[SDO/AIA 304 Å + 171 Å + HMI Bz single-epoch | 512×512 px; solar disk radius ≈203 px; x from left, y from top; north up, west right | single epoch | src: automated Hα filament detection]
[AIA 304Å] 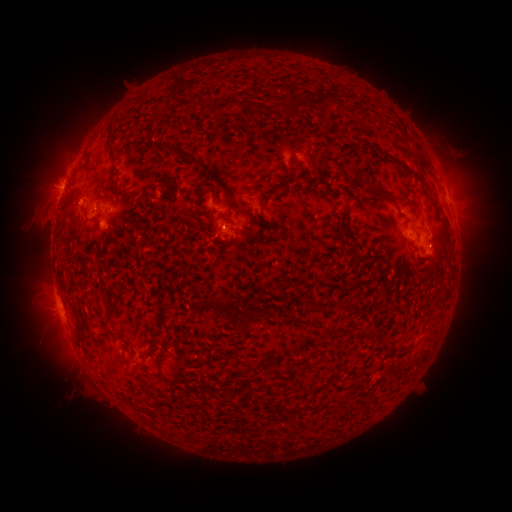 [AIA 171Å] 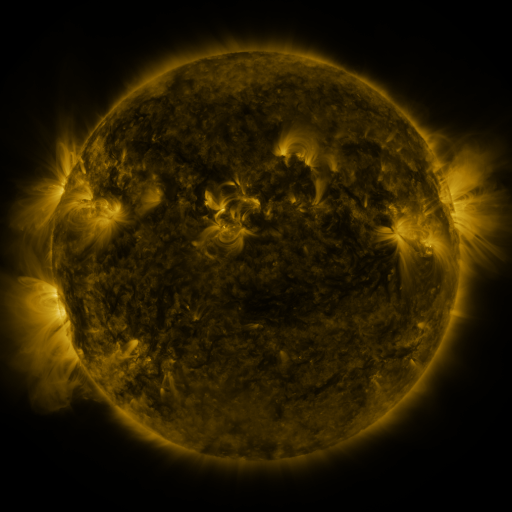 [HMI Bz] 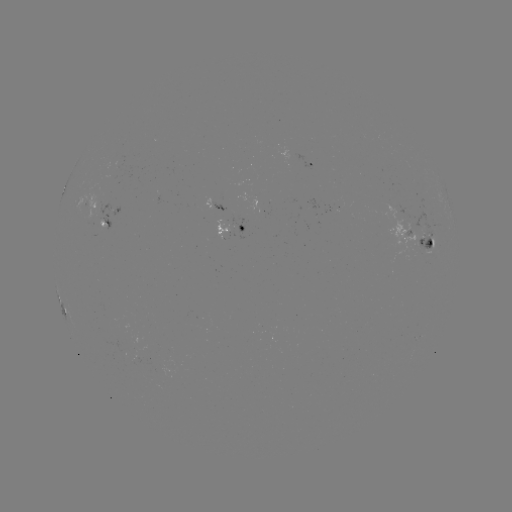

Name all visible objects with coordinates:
filament: (323, 99)
filament: (225, 105)
filament: (299, 105)
filament: (110, 143)
filament: (186, 155)
filament: (111, 173)
filament: (381, 193)
filament: (221, 216)
filament: (110, 294)
filament: (310, 302)
filament: (215, 304)
filament: (236, 307)
filament: (147, 327)
filament: (363, 336)
filament: (151, 344)
filament: (160, 354)
